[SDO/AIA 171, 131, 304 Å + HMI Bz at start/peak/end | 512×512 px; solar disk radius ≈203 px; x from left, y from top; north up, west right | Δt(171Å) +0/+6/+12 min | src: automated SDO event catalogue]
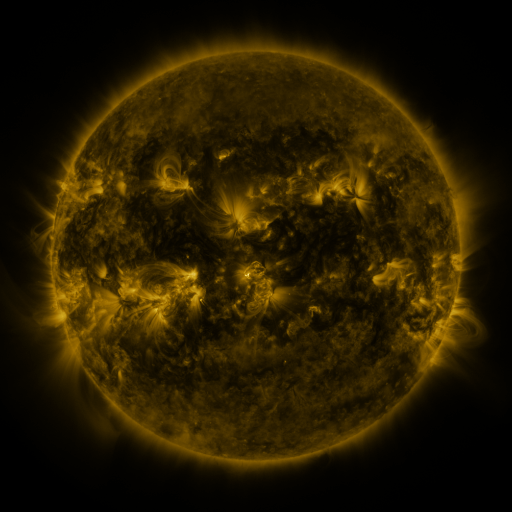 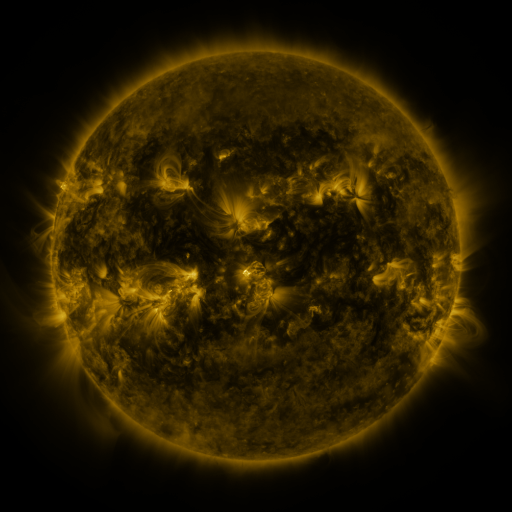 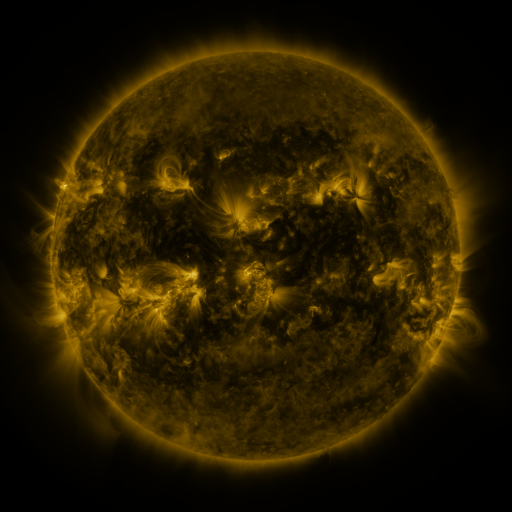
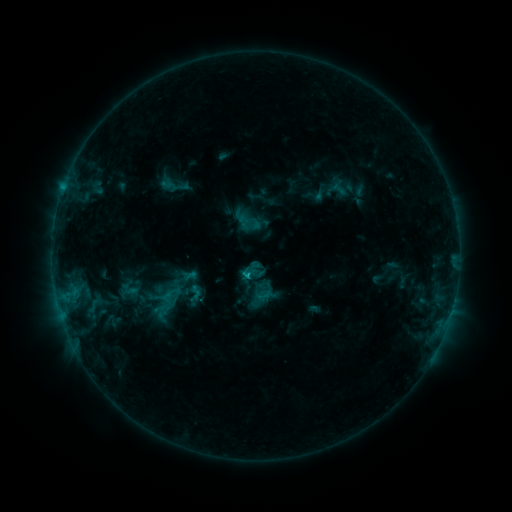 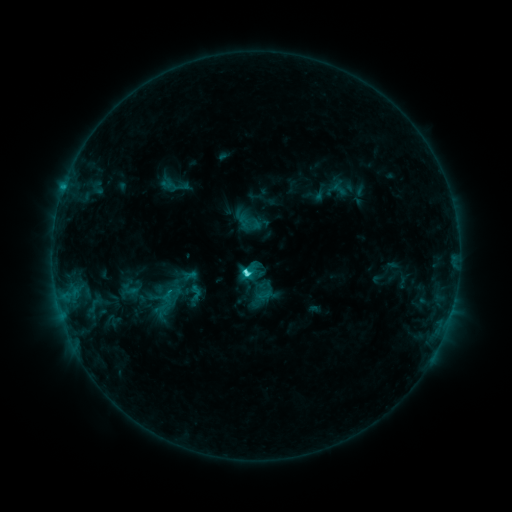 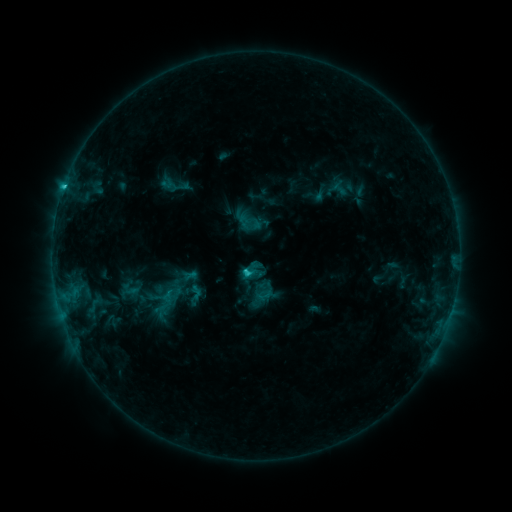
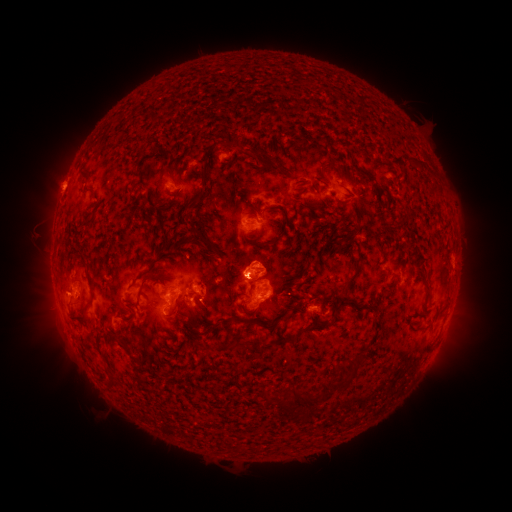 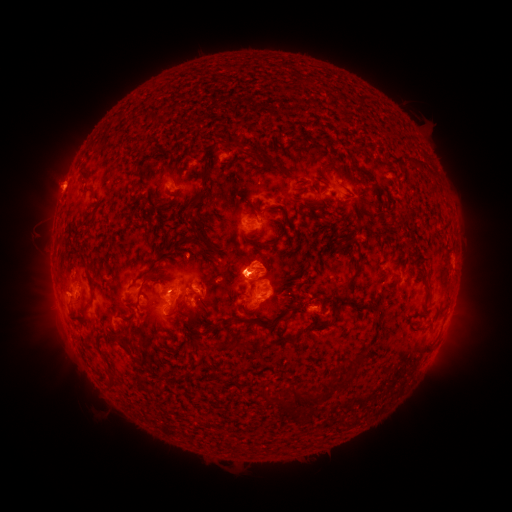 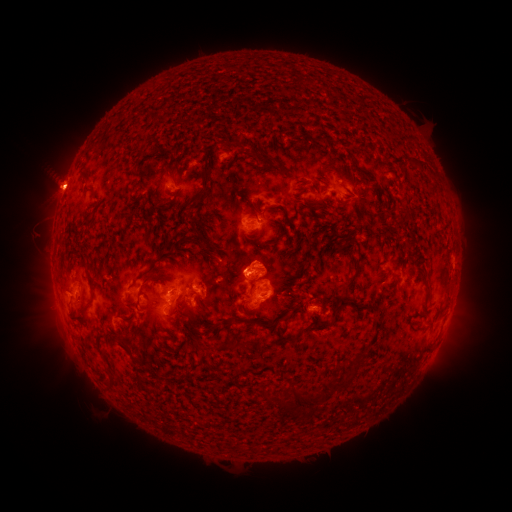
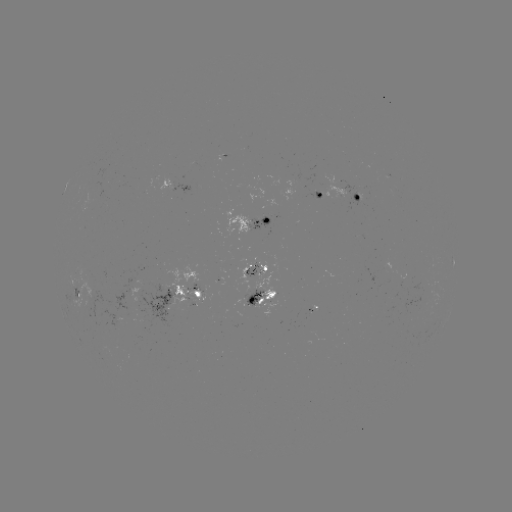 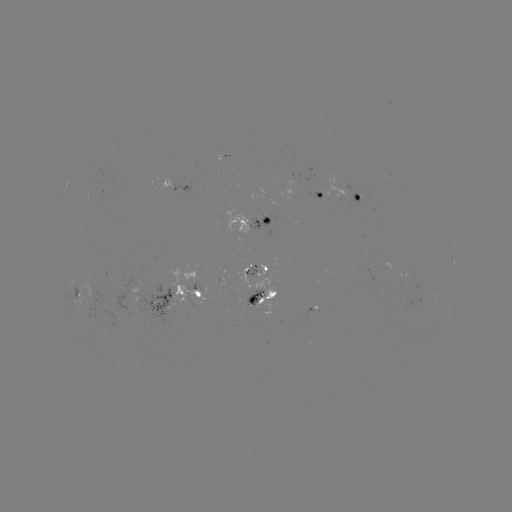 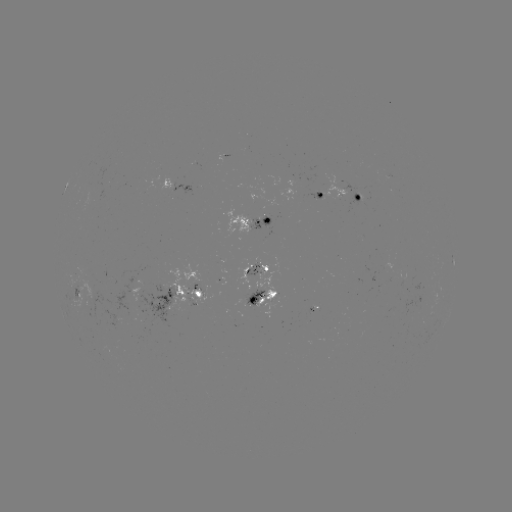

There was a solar flare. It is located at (248, 271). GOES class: C3.0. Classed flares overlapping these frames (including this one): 1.